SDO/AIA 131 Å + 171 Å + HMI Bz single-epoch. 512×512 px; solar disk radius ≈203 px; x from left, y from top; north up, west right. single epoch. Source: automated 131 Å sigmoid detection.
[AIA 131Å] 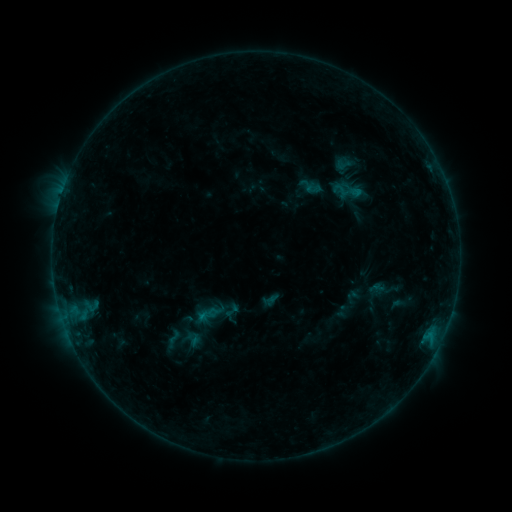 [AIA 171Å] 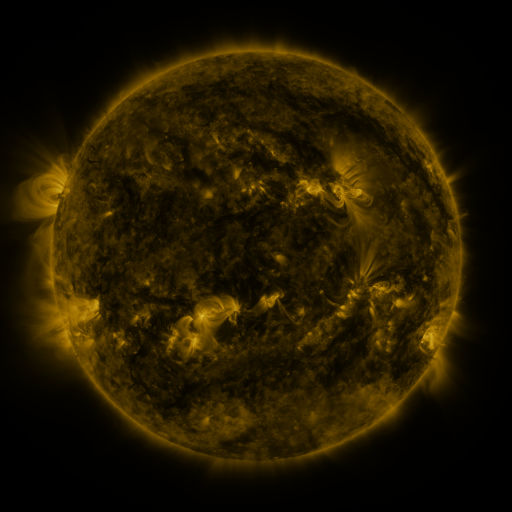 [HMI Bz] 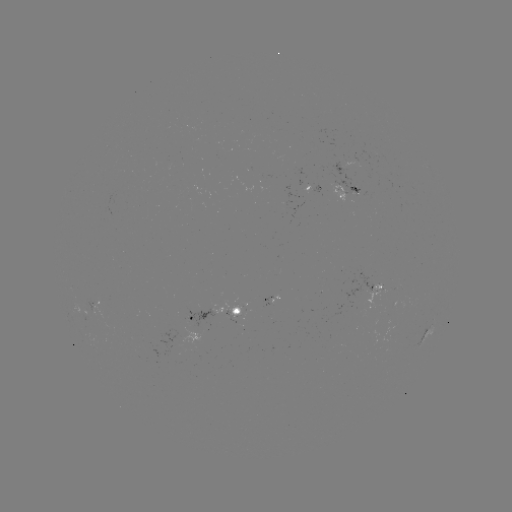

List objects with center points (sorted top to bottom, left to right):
sigmoid: (207, 314)
